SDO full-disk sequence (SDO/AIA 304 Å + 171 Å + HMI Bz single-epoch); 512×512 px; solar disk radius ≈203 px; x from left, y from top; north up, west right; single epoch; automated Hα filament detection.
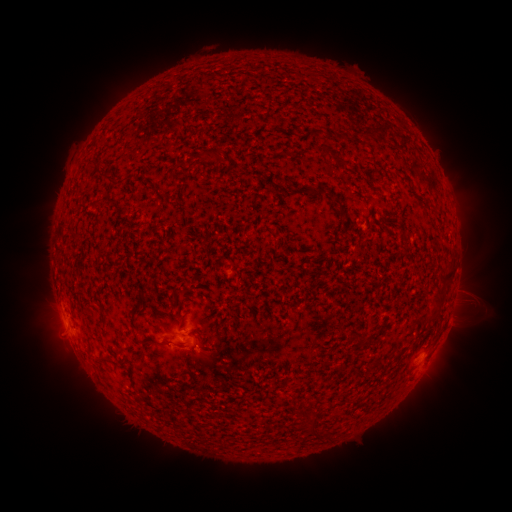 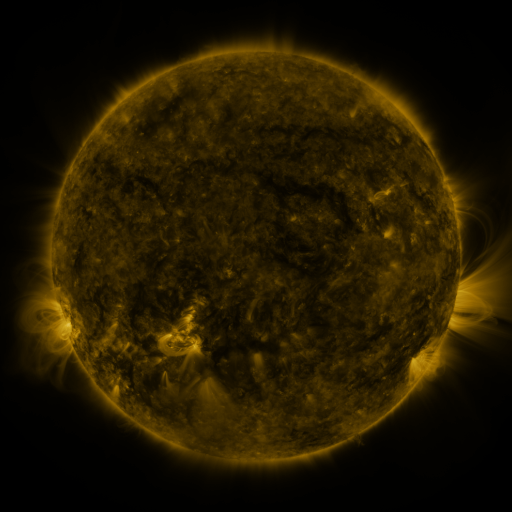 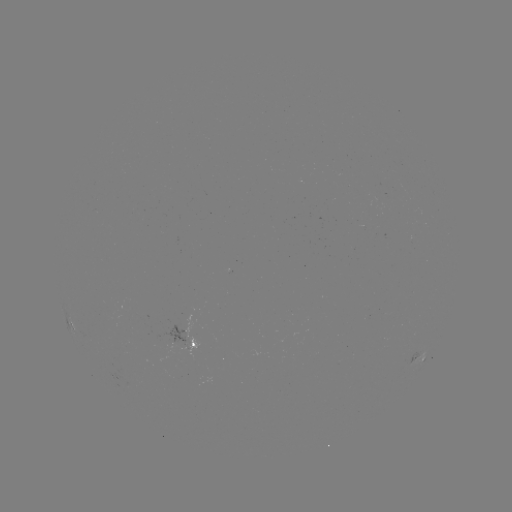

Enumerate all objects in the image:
filament: (377, 132)
filament: (218, 152)
filament: (328, 152)
filament: (96, 203)
filament: (339, 203)
filament: (447, 279)
filament: (439, 302)
filament: (155, 341)
filament: (379, 365)
filament: (180, 373)
